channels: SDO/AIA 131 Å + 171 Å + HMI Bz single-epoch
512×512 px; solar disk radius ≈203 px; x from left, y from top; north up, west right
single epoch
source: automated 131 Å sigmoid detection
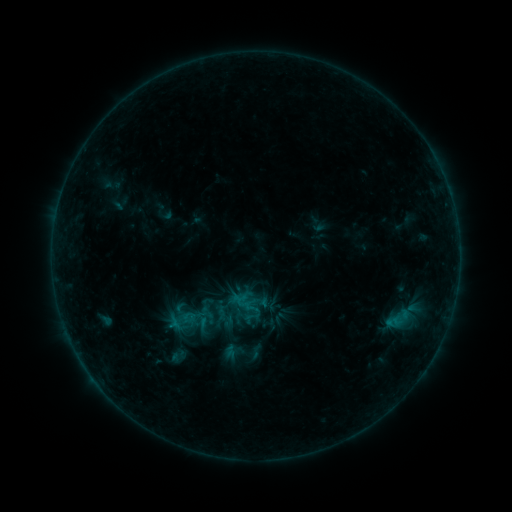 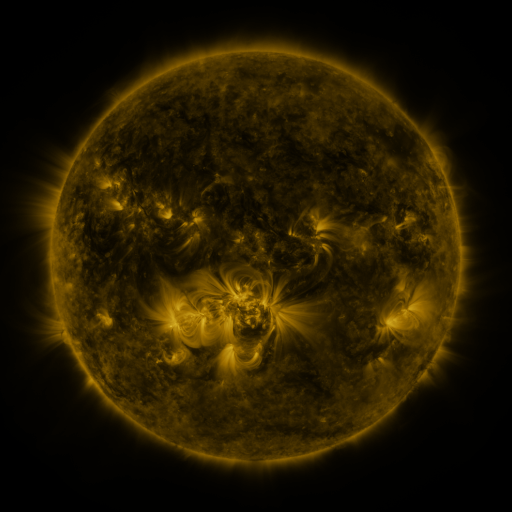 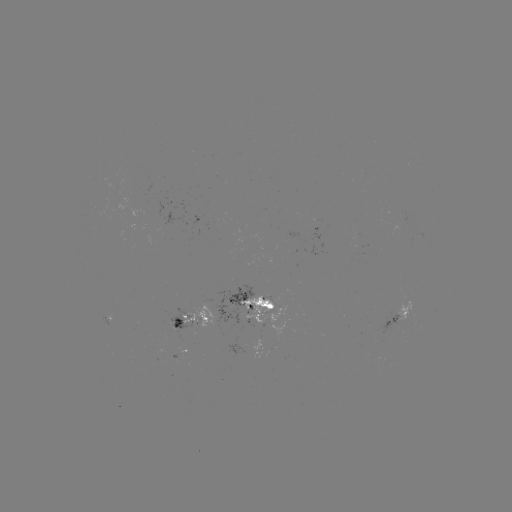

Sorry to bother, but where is sigmoid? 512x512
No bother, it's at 202,319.